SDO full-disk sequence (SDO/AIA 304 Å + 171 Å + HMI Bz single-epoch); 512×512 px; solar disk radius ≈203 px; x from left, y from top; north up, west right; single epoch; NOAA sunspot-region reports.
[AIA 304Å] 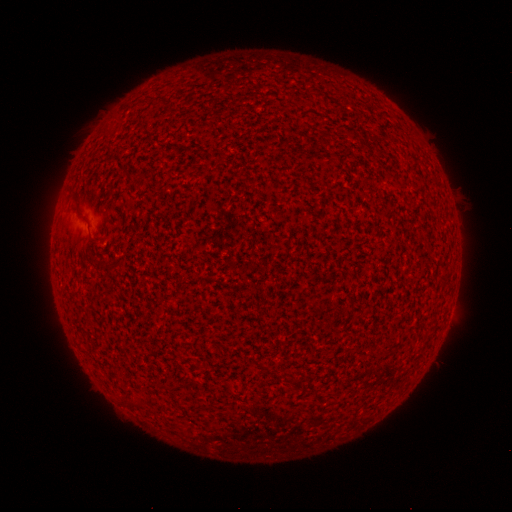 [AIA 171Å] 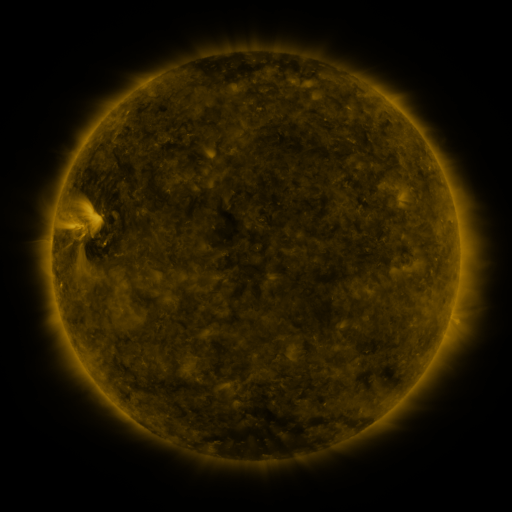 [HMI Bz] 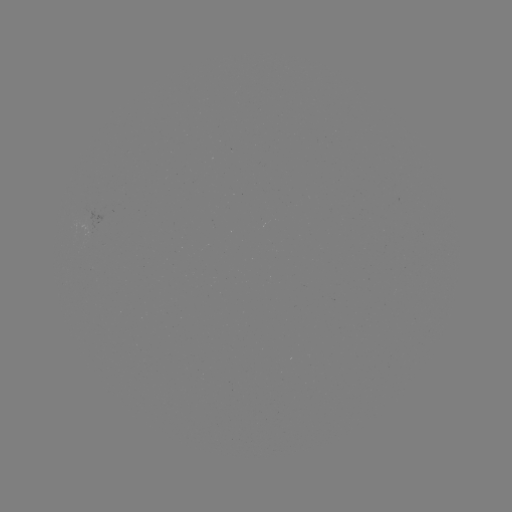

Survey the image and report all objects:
(none)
